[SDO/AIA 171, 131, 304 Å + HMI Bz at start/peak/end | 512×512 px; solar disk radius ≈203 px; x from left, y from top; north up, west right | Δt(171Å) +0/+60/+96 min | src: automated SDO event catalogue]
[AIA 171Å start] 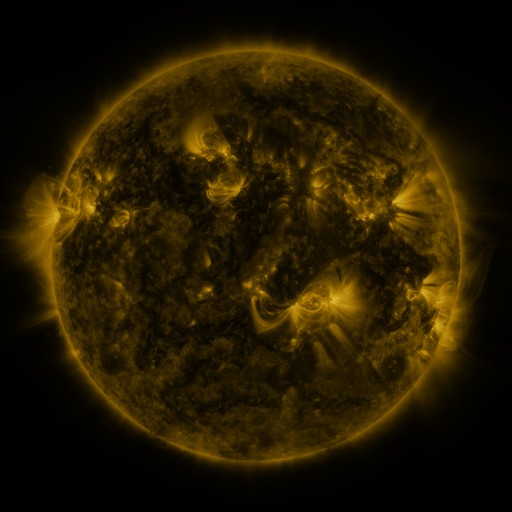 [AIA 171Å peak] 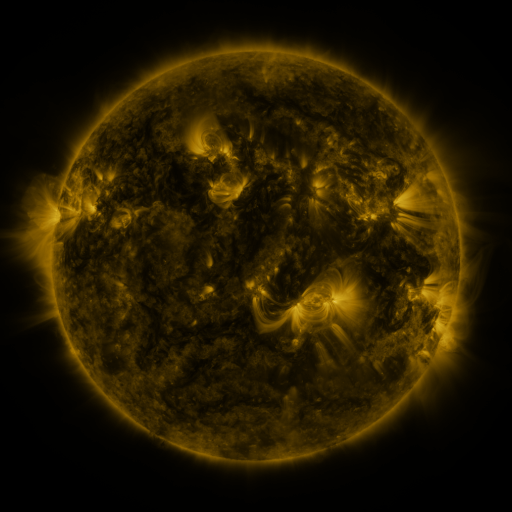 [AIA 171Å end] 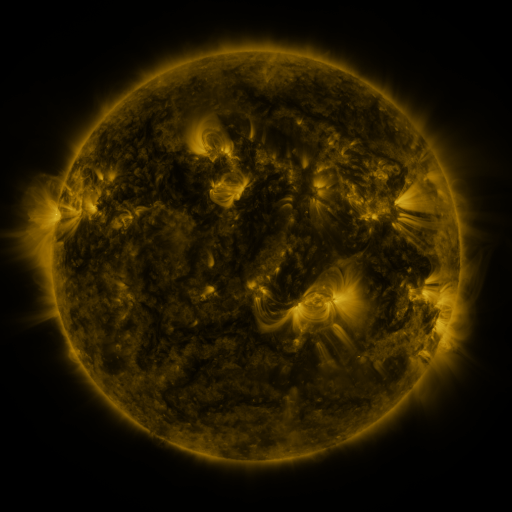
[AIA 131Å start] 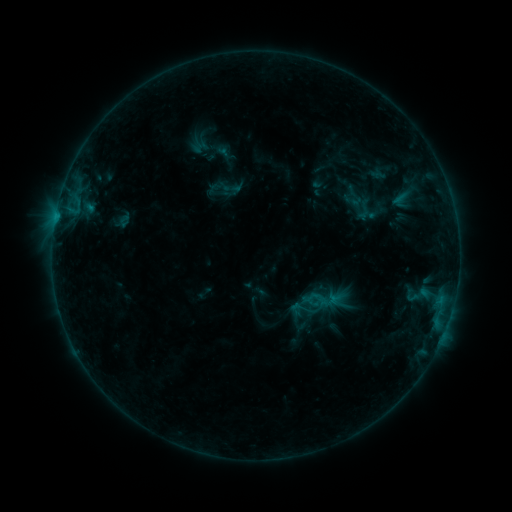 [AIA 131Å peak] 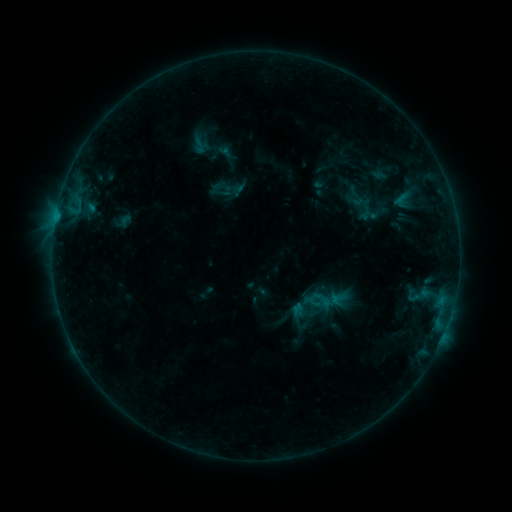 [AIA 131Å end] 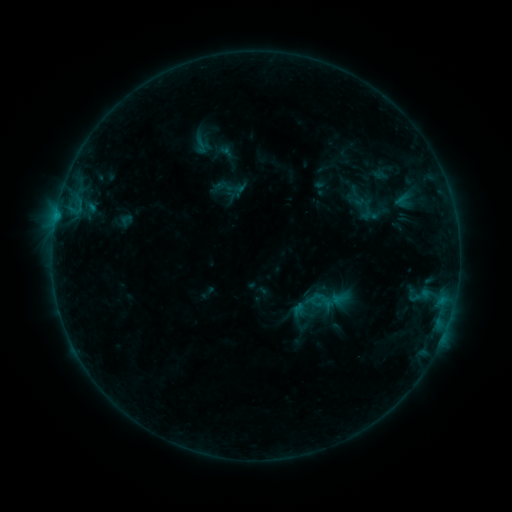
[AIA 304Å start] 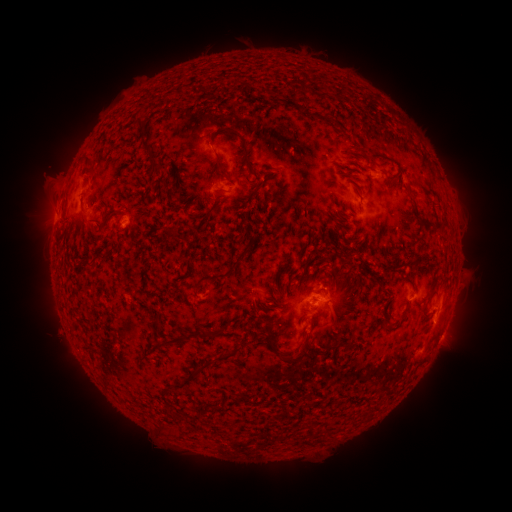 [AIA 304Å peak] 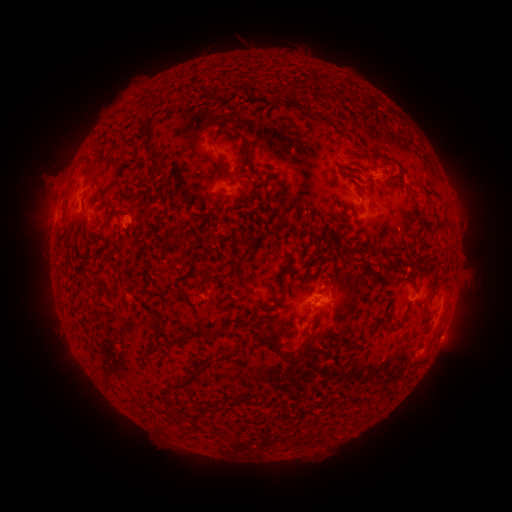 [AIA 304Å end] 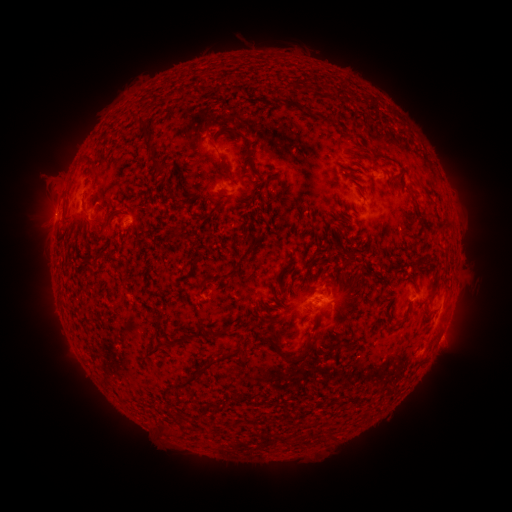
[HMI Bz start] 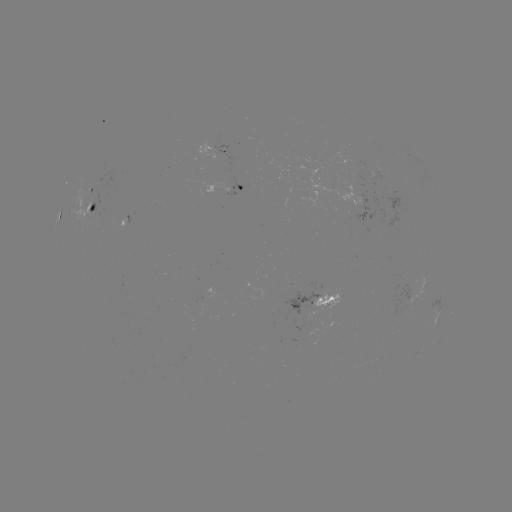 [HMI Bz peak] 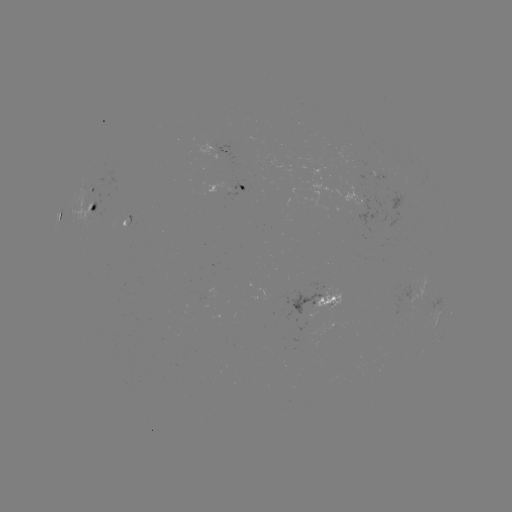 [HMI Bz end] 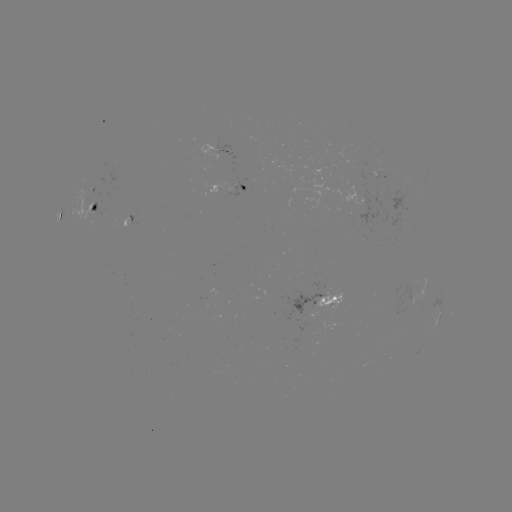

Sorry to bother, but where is emerging-flux region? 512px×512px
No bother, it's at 94,212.